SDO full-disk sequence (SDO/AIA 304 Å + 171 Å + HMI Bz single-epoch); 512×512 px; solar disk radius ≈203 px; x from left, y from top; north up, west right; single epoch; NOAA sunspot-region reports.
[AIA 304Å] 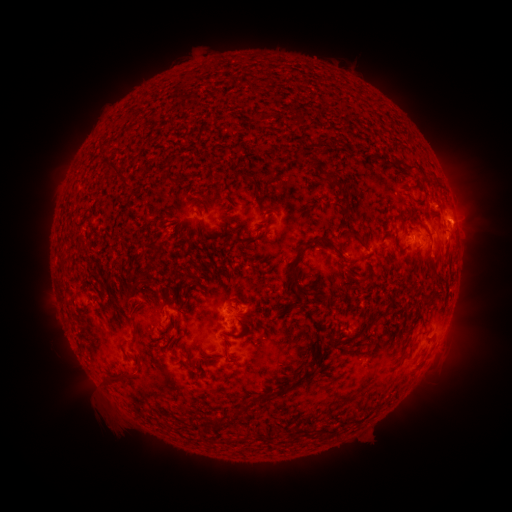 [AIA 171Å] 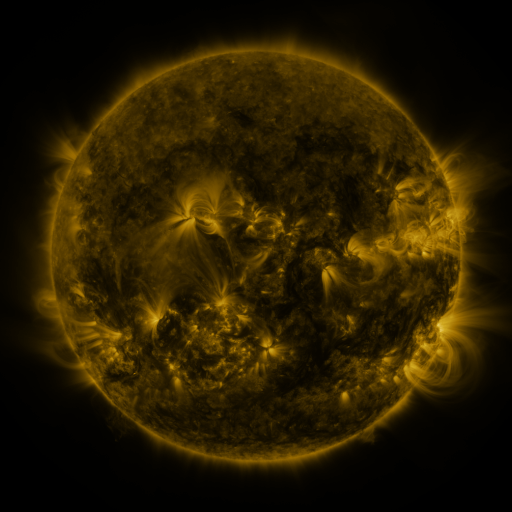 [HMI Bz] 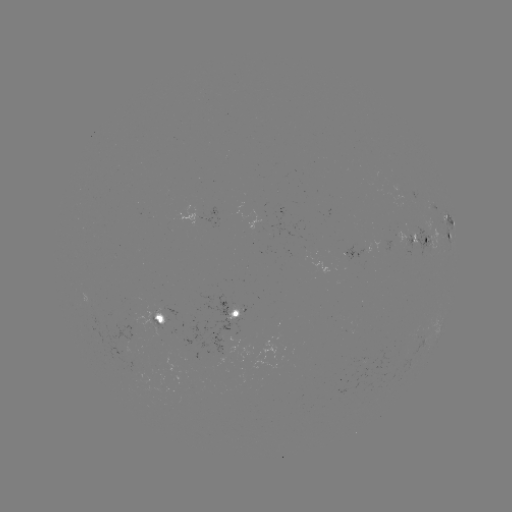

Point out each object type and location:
spotted active region: (447, 216)
spotted active region: (418, 238)
spotted active region: (449, 238)
spotted active region: (238, 307)
spotted active region: (162, 315)
